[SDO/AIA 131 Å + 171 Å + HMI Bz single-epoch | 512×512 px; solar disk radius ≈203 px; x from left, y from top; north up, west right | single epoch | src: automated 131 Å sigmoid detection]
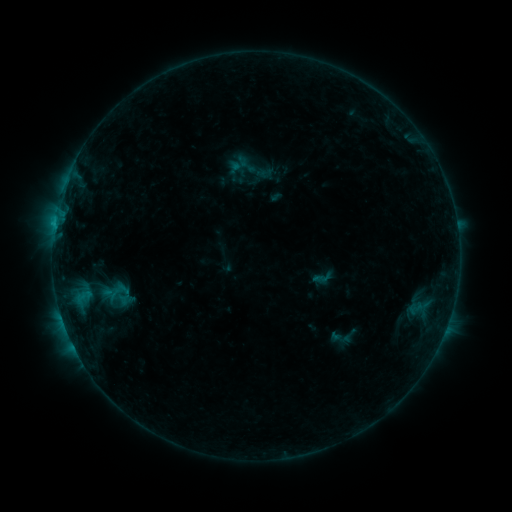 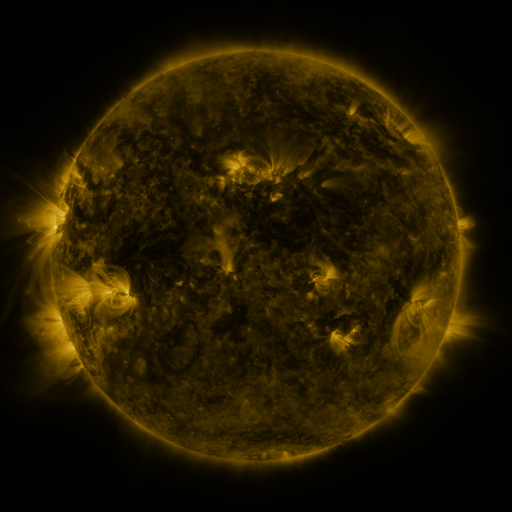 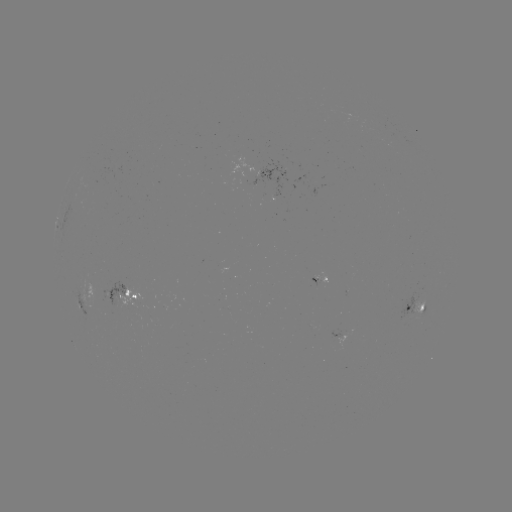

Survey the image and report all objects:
sigmoid: (96, 278, 140, 311)
